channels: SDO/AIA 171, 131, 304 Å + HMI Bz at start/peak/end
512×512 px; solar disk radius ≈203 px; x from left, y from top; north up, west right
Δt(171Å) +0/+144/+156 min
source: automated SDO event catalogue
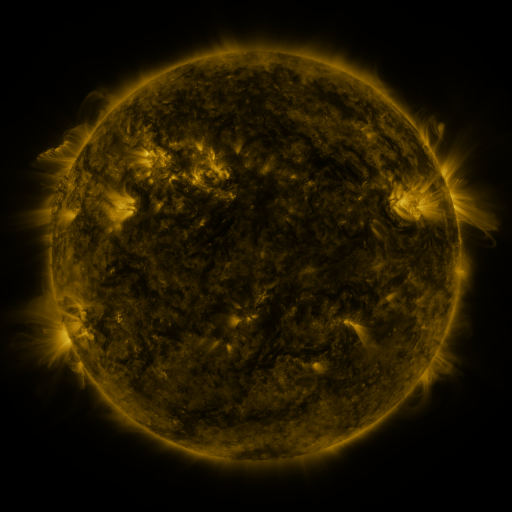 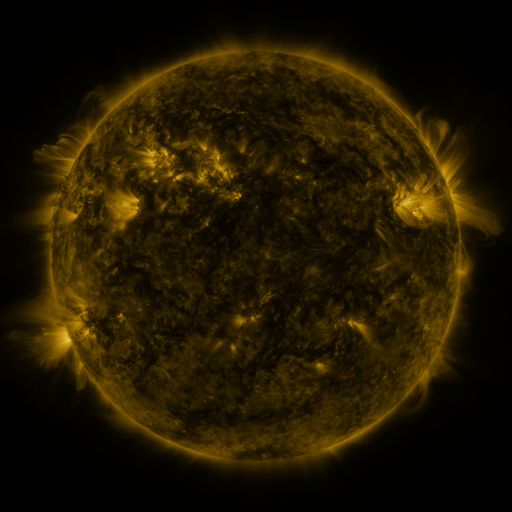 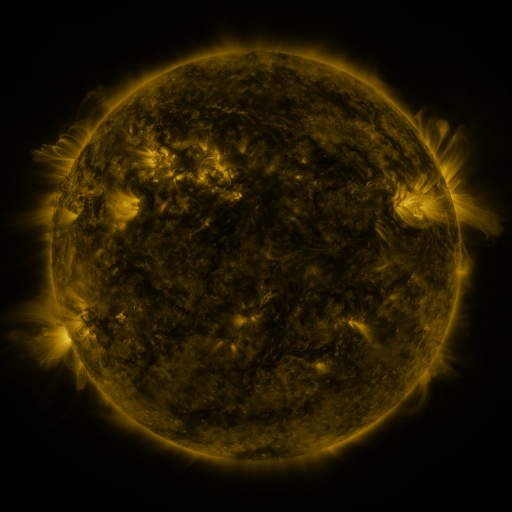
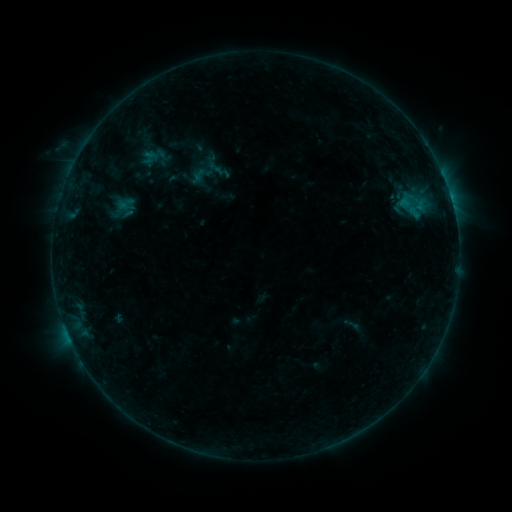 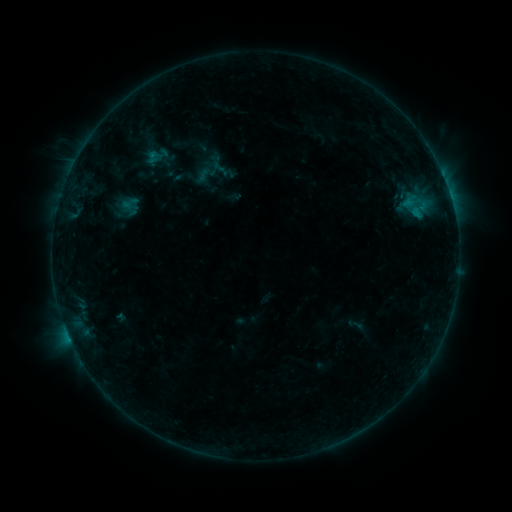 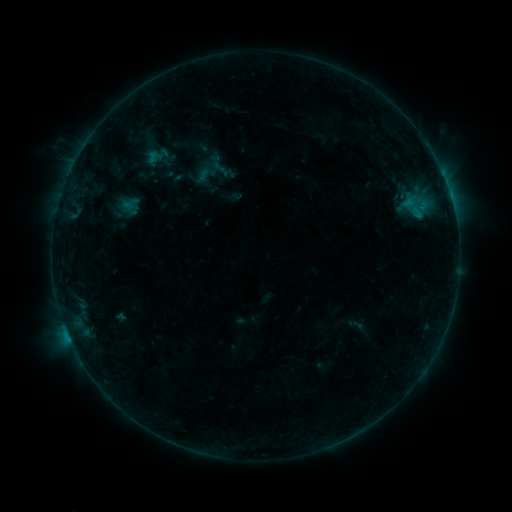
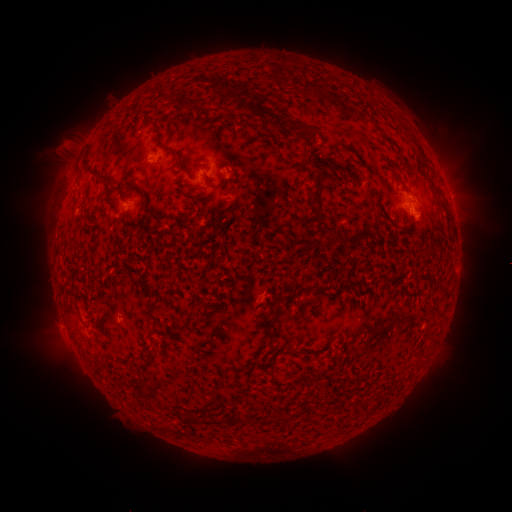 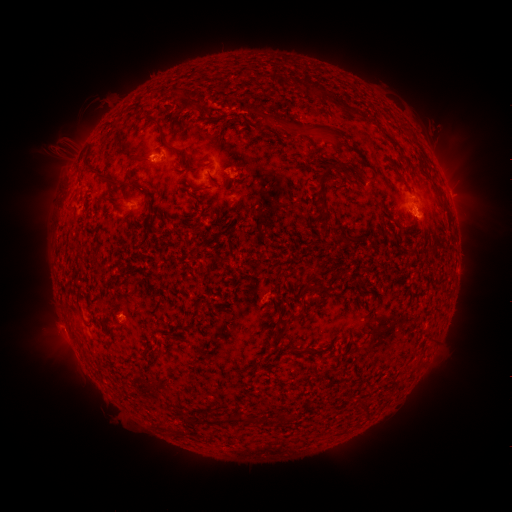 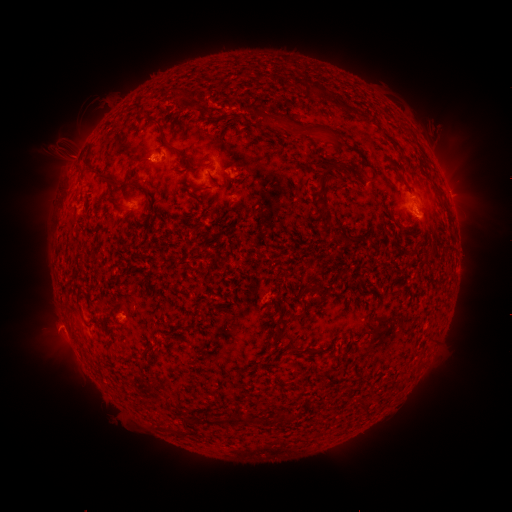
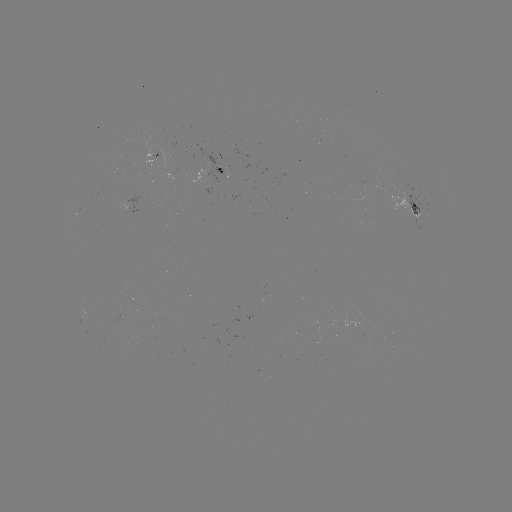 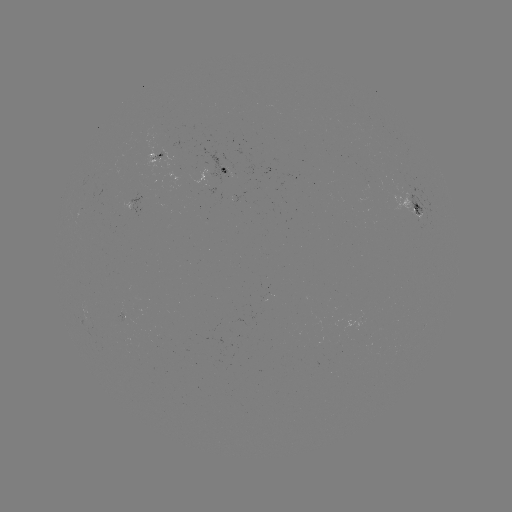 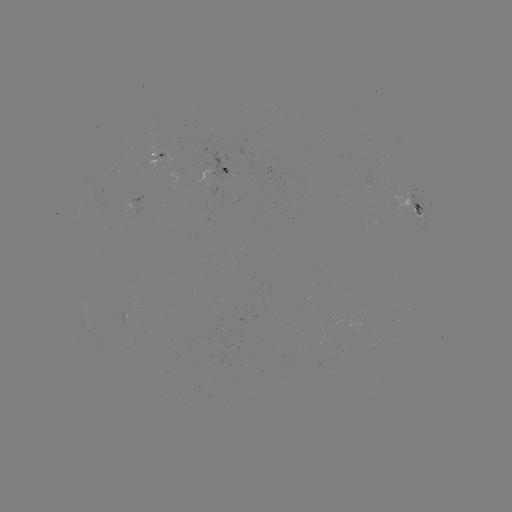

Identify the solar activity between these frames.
emerging-flux region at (124, 321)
